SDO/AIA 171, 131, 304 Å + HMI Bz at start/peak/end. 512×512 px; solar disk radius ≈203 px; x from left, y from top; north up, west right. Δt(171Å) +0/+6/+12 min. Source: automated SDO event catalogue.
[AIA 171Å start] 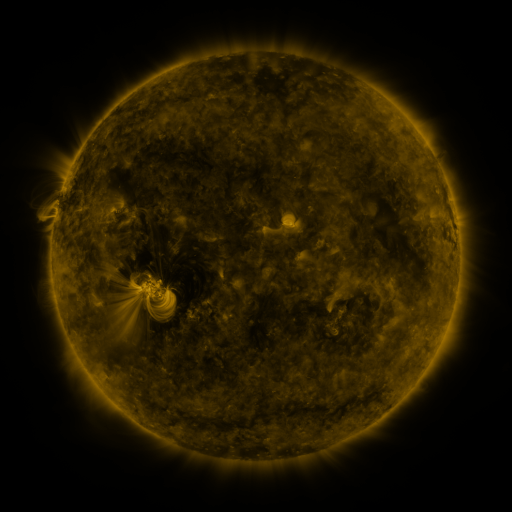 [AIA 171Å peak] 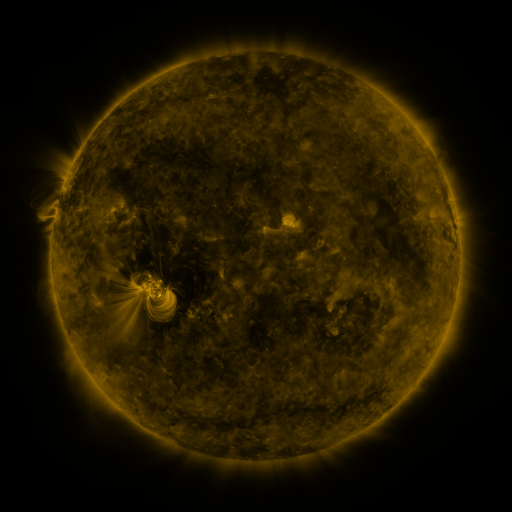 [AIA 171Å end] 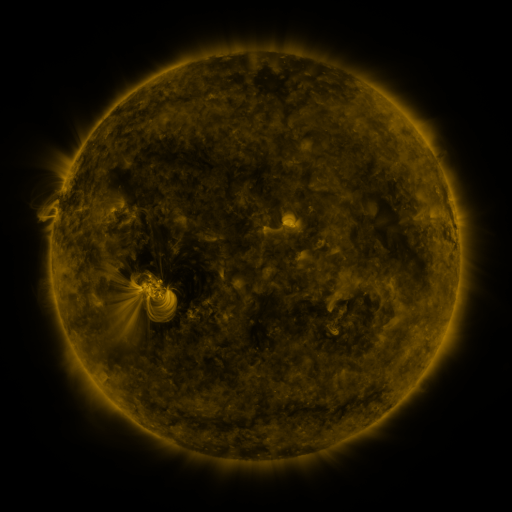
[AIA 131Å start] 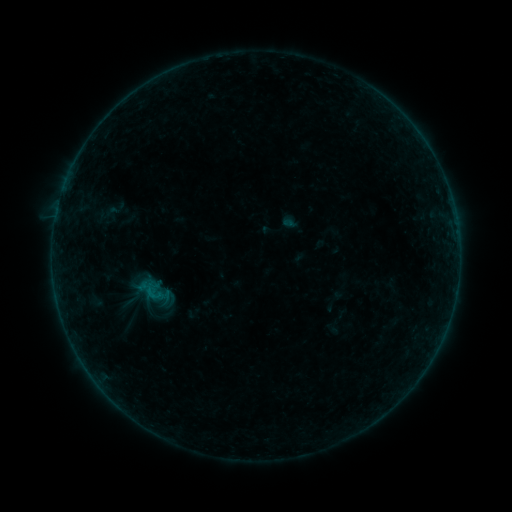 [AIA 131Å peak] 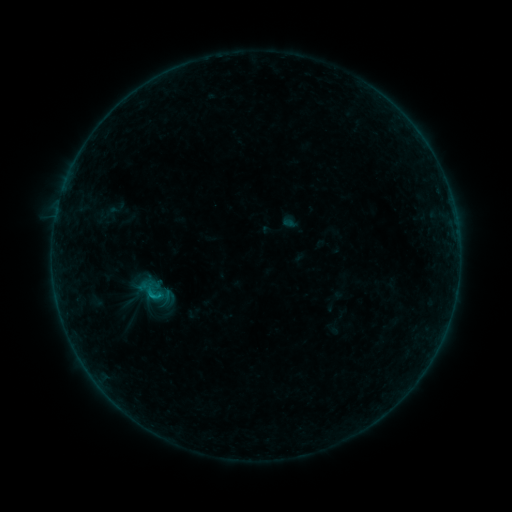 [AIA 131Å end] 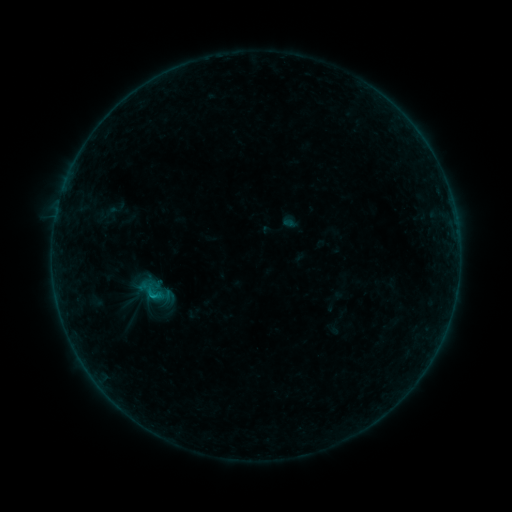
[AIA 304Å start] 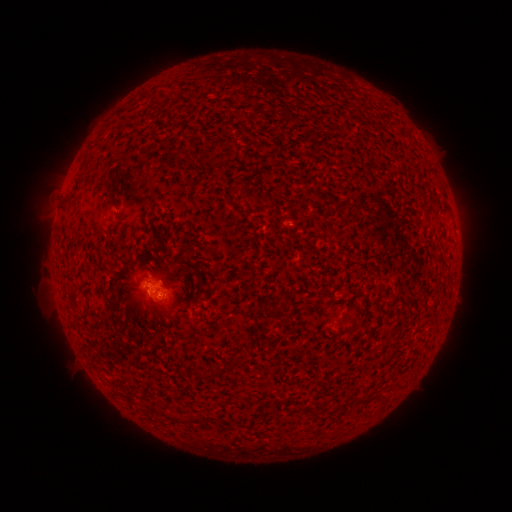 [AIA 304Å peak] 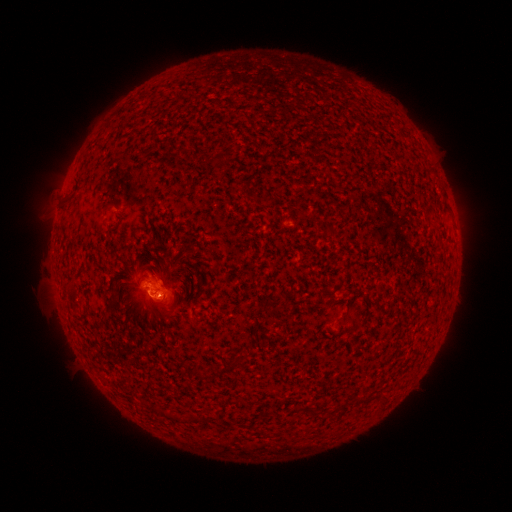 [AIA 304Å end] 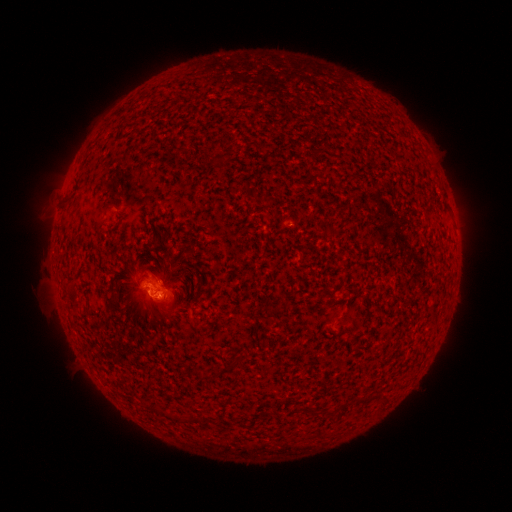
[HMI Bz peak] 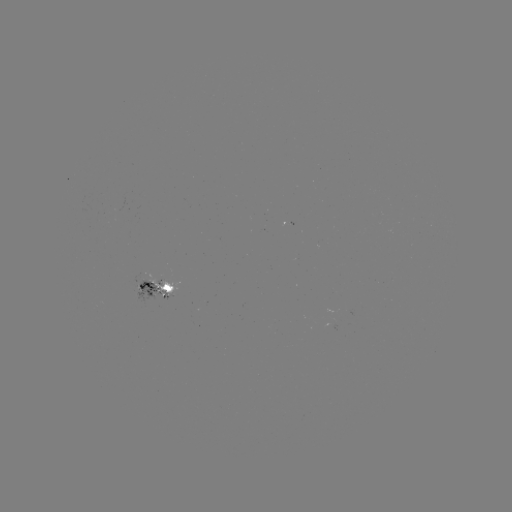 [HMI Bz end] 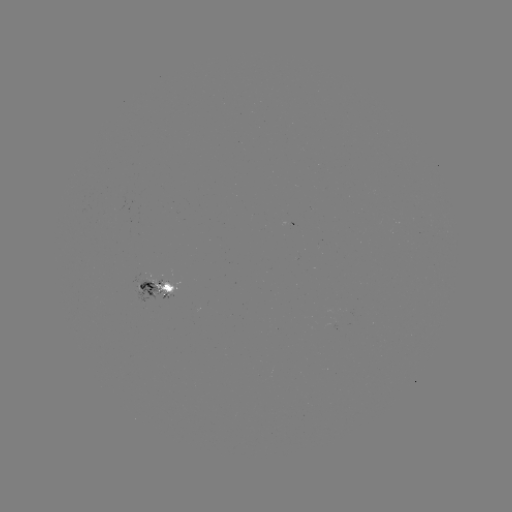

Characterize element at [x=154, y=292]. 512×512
B4.5 flare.